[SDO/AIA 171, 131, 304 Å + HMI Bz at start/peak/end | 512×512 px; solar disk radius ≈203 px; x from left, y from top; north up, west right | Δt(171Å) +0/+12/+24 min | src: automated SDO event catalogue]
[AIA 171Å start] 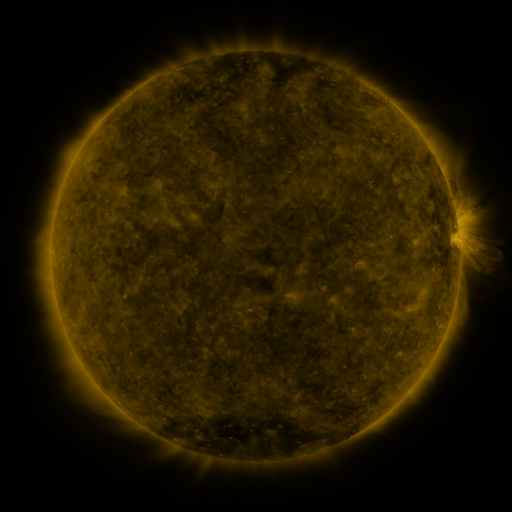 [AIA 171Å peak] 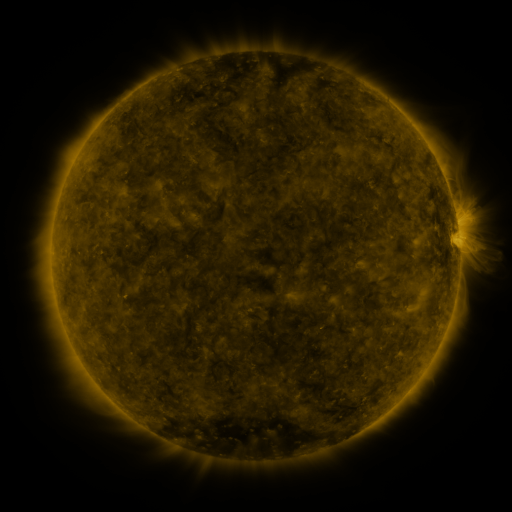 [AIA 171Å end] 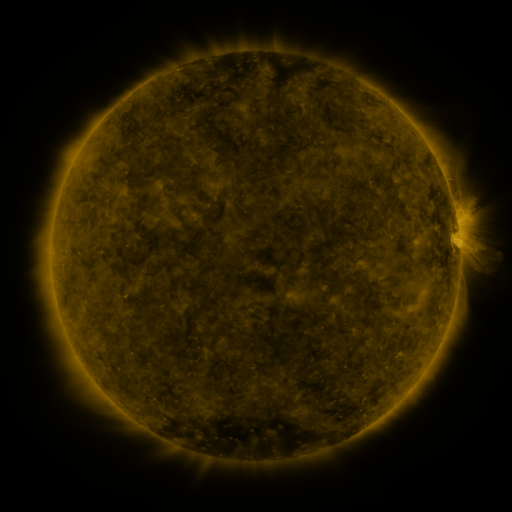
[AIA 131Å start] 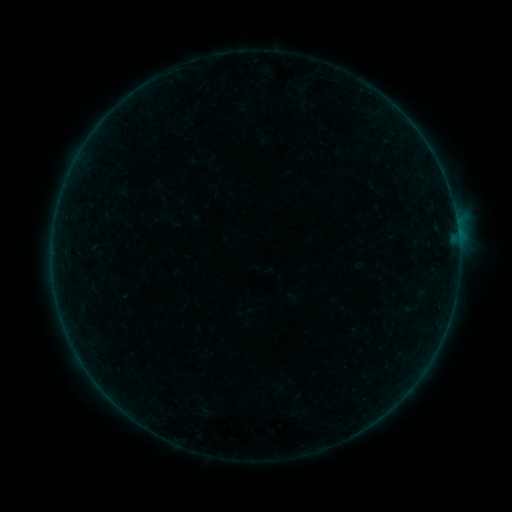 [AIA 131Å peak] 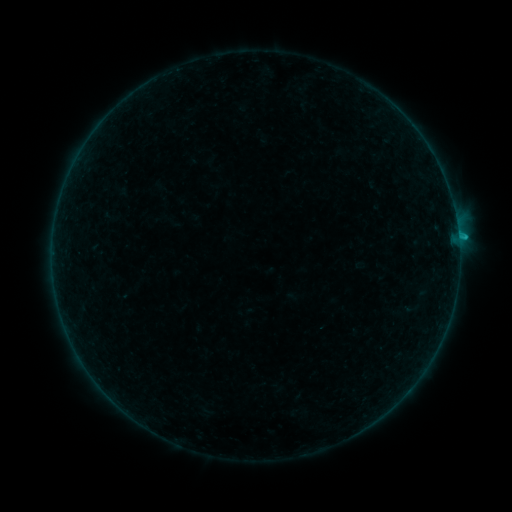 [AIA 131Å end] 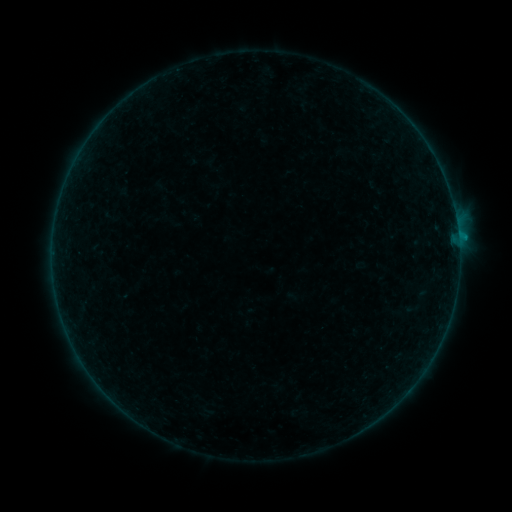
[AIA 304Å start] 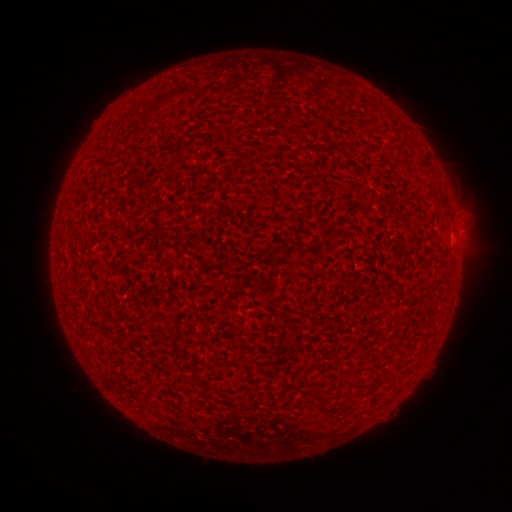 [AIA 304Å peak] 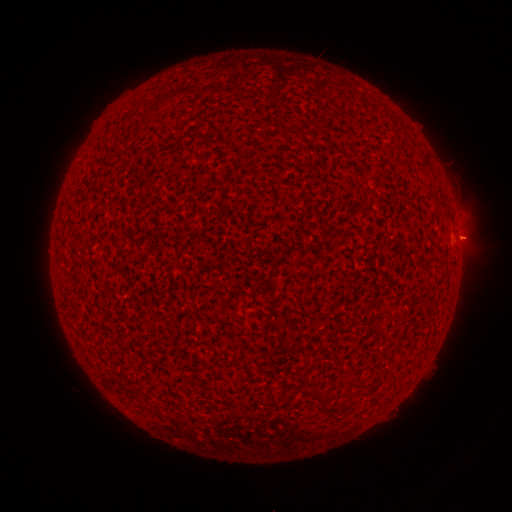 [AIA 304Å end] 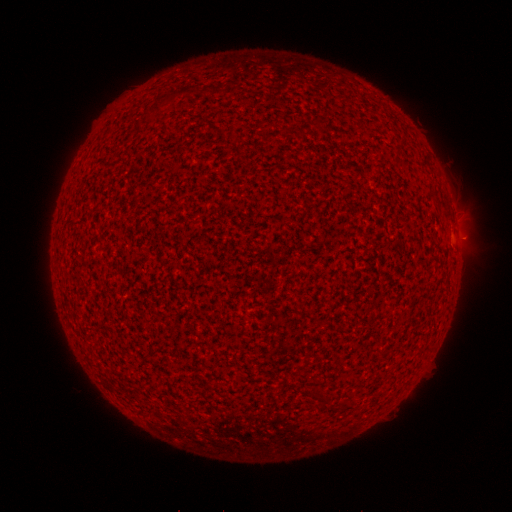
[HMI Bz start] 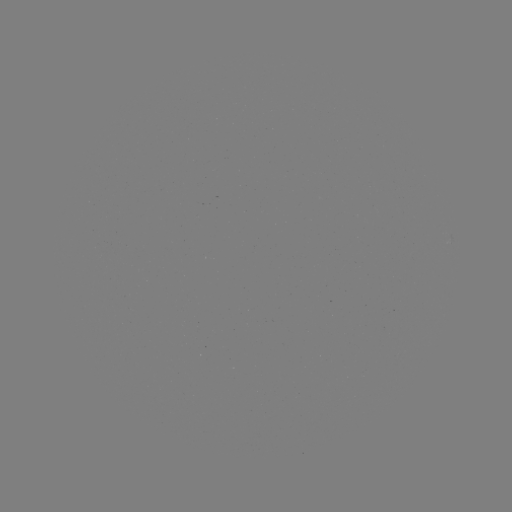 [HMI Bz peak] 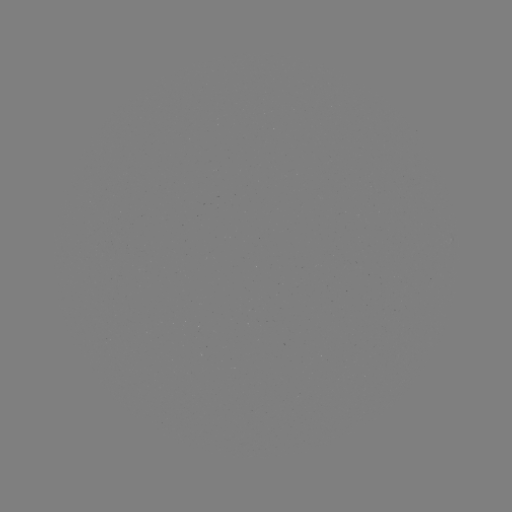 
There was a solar flare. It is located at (458, 237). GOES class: B4.1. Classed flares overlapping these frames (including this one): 1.